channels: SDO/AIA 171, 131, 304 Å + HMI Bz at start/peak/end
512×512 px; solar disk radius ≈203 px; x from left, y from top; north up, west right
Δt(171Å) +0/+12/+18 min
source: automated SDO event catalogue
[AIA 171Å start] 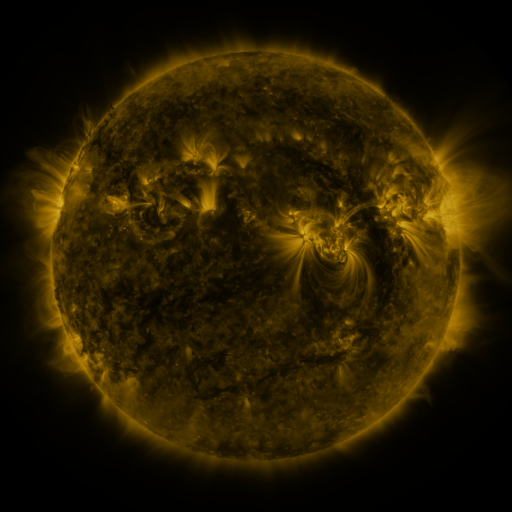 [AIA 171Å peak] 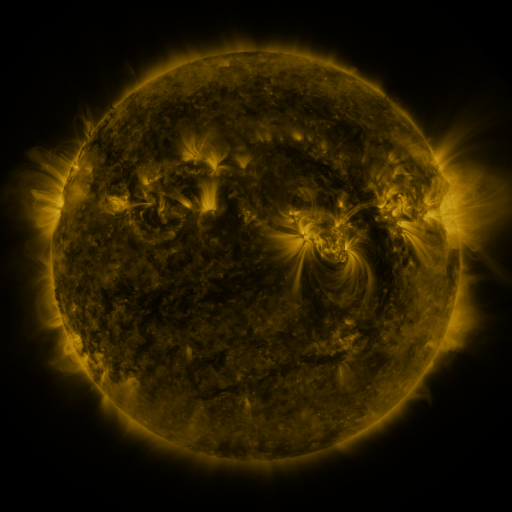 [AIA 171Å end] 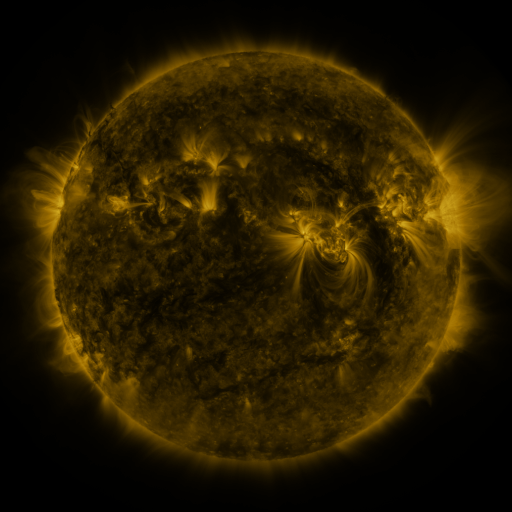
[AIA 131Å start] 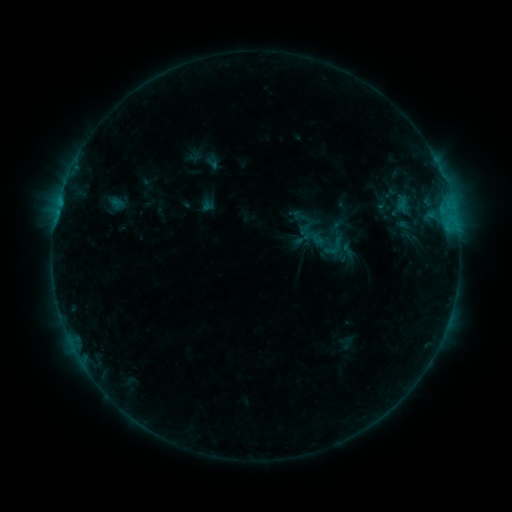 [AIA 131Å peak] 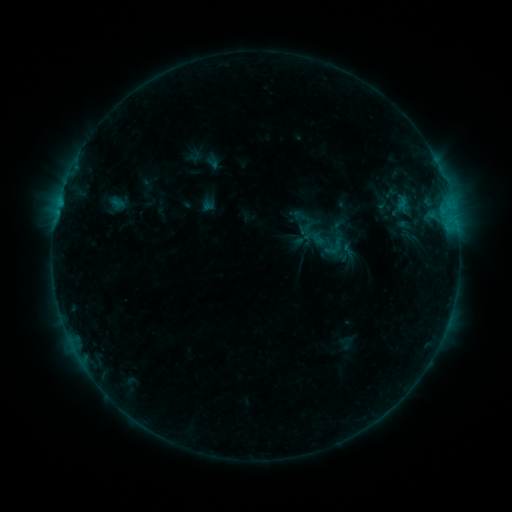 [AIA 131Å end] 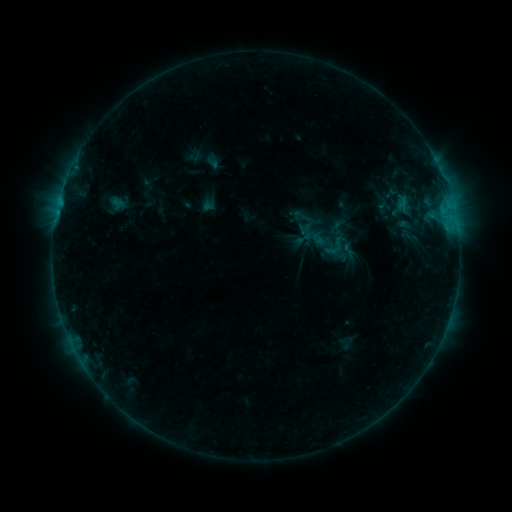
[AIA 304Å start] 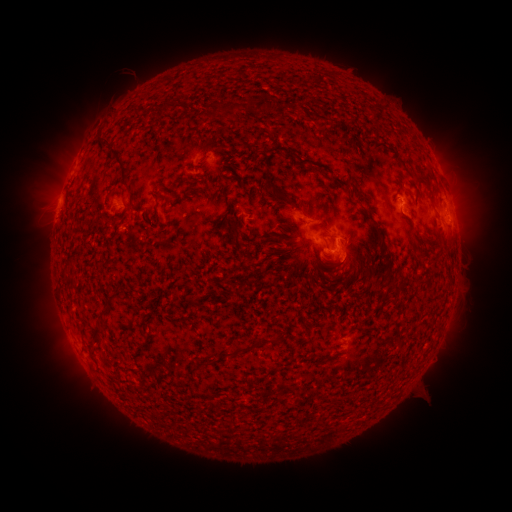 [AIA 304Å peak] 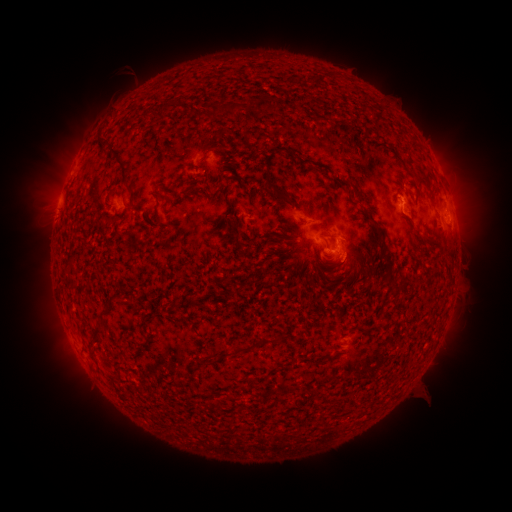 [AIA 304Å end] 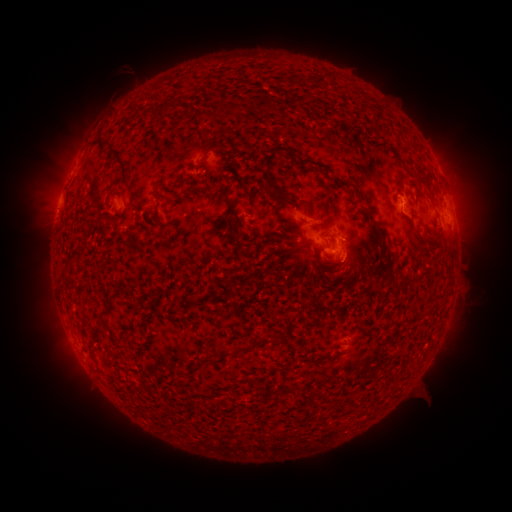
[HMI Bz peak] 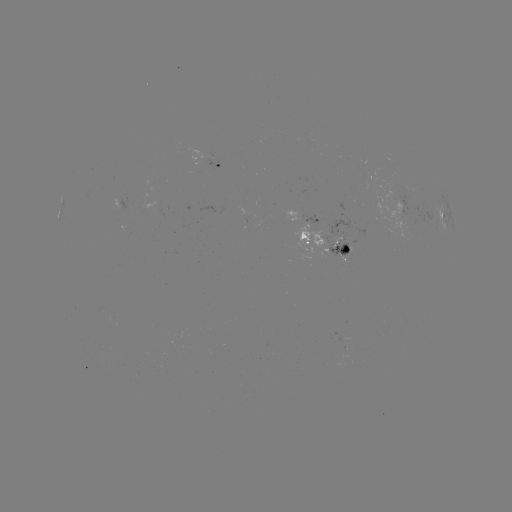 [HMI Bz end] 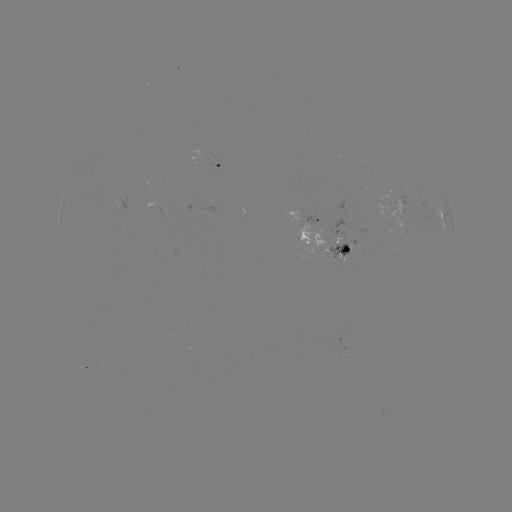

no catalogued flare and no flagged EUV brightening in this window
